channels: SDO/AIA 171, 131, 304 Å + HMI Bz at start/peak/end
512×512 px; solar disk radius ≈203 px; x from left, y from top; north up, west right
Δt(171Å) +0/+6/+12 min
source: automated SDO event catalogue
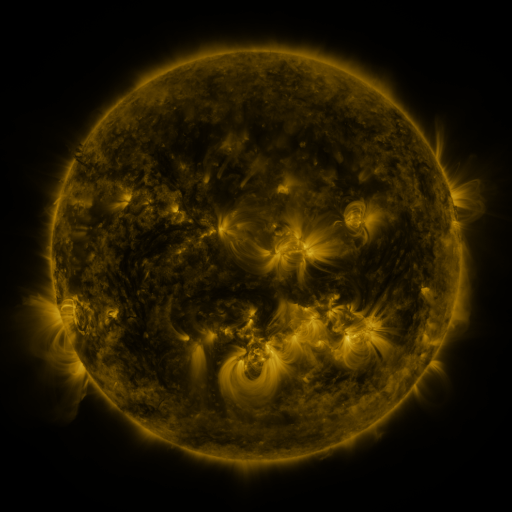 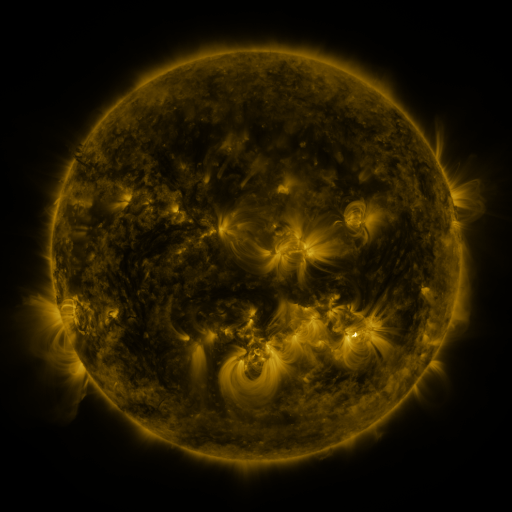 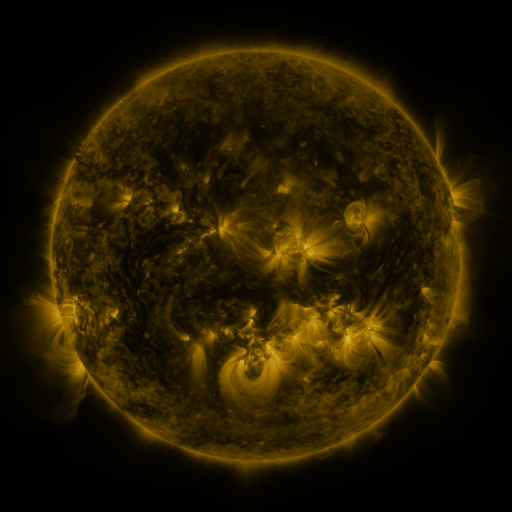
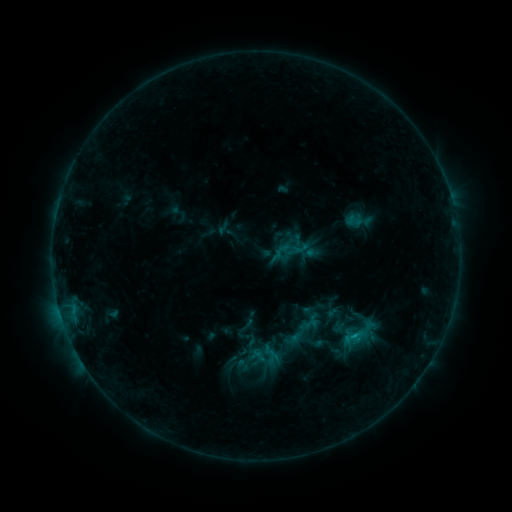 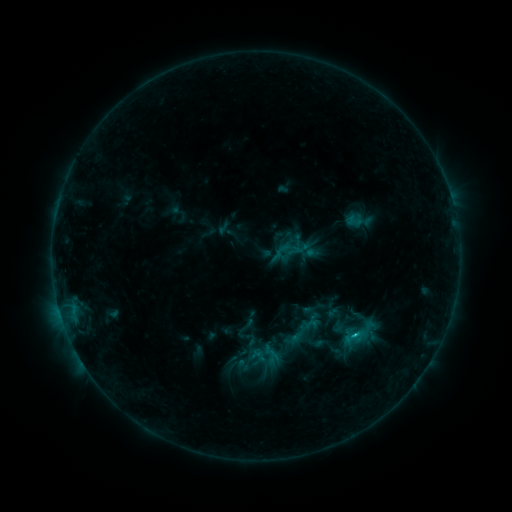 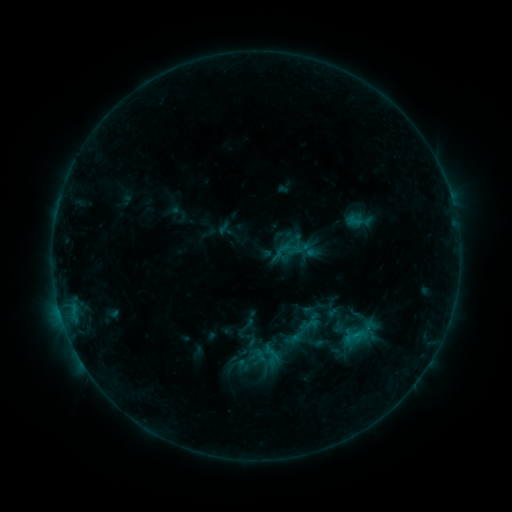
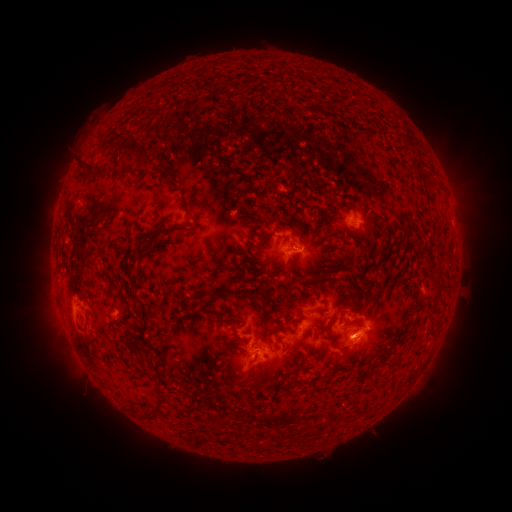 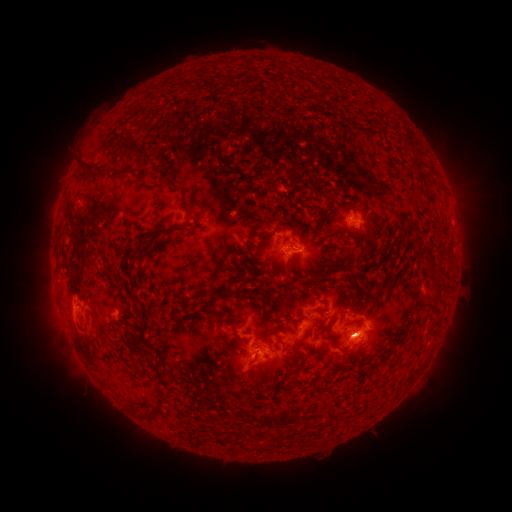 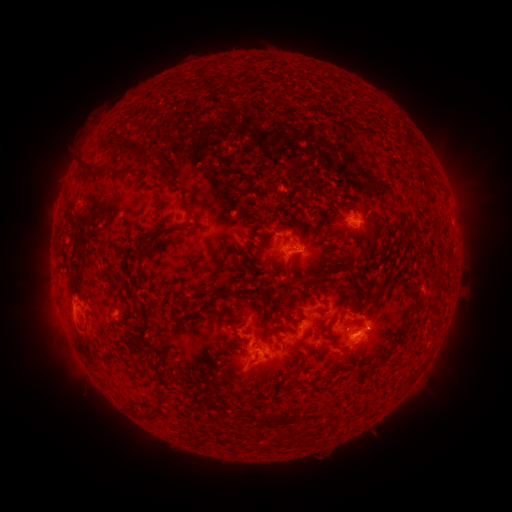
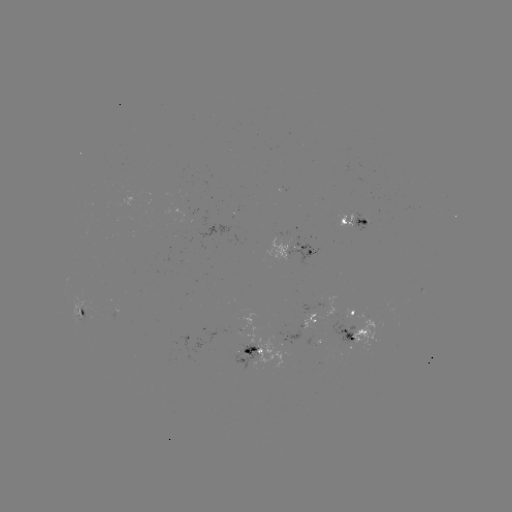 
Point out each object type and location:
C1.1 flare: (256, 351)
